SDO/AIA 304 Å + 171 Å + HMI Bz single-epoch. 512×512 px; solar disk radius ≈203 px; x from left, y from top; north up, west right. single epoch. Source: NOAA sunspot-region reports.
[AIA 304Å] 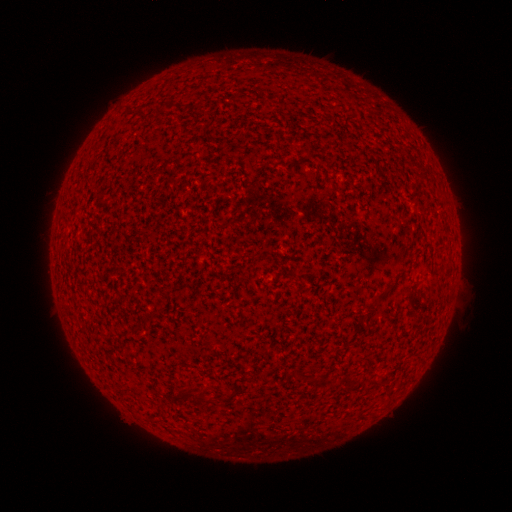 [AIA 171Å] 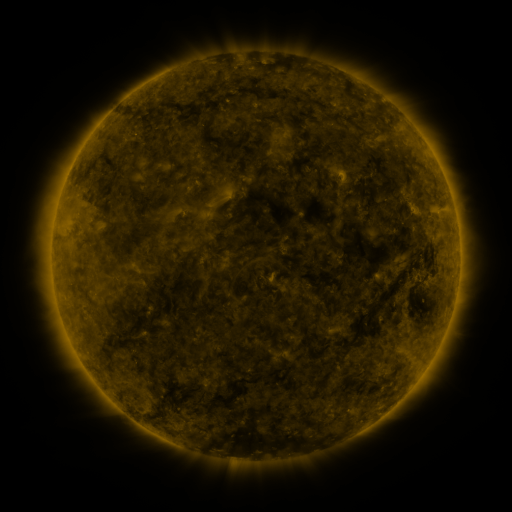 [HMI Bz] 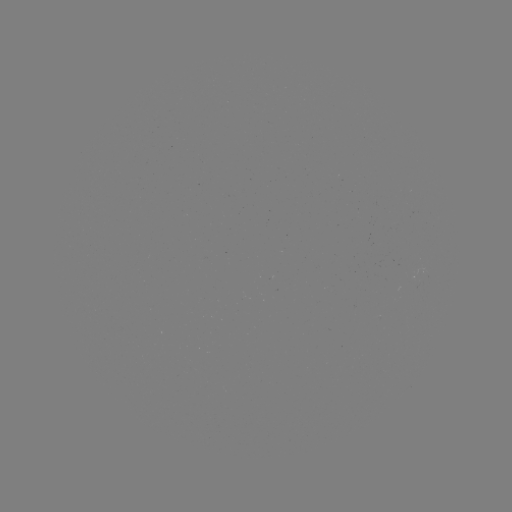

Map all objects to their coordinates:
(none)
